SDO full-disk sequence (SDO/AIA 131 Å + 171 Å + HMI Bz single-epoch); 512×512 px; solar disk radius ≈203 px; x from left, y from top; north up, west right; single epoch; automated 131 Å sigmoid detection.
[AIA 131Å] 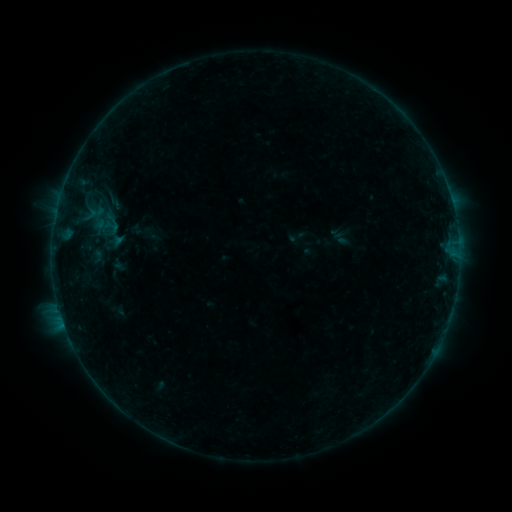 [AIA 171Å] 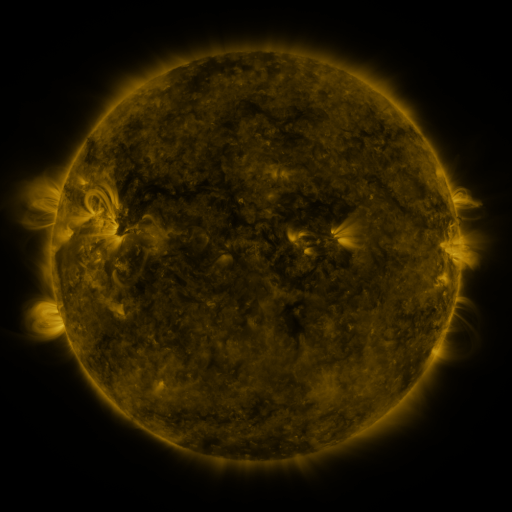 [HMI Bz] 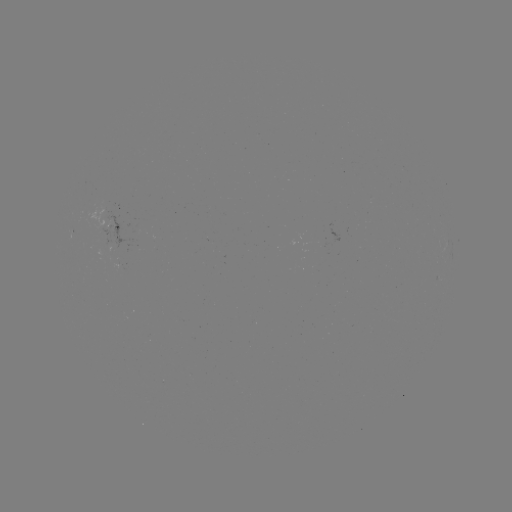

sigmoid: [288, 227, 307, 245]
